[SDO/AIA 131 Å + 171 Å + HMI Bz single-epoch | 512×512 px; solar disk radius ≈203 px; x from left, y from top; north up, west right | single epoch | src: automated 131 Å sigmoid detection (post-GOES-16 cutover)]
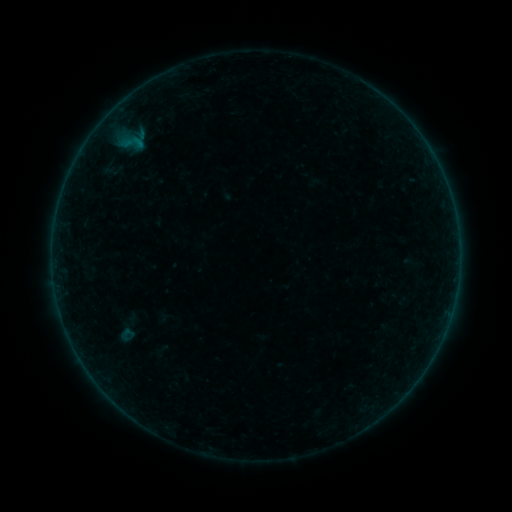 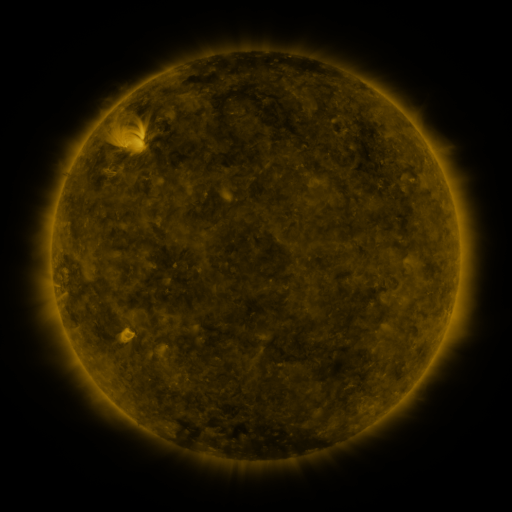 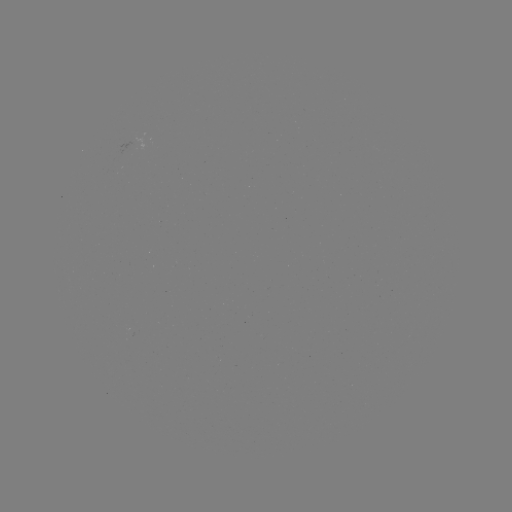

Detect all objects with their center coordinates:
sigmoid: (127, 334)
